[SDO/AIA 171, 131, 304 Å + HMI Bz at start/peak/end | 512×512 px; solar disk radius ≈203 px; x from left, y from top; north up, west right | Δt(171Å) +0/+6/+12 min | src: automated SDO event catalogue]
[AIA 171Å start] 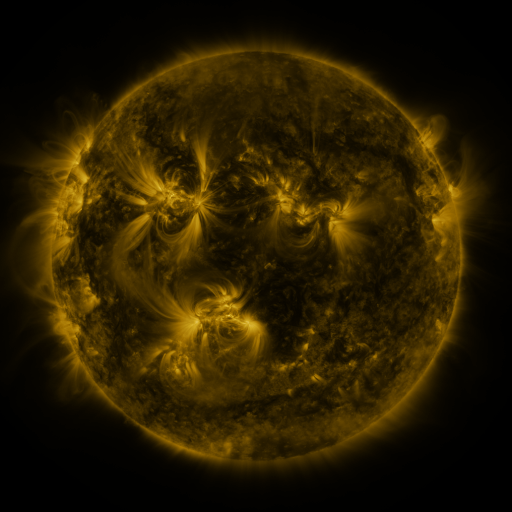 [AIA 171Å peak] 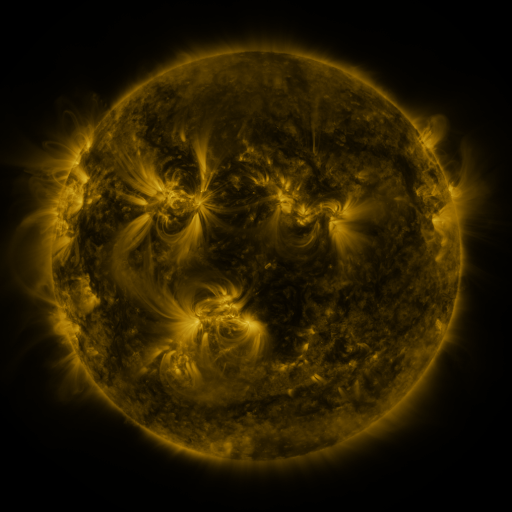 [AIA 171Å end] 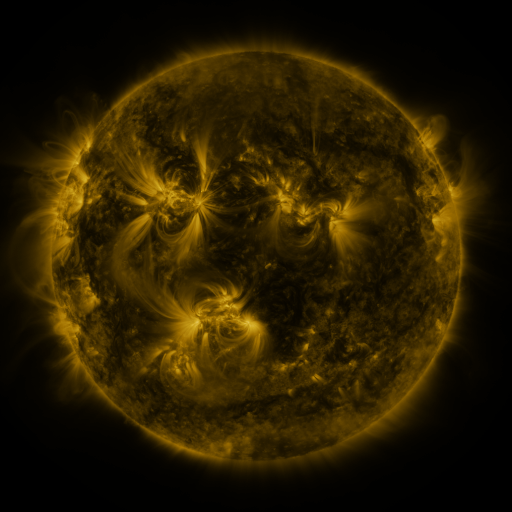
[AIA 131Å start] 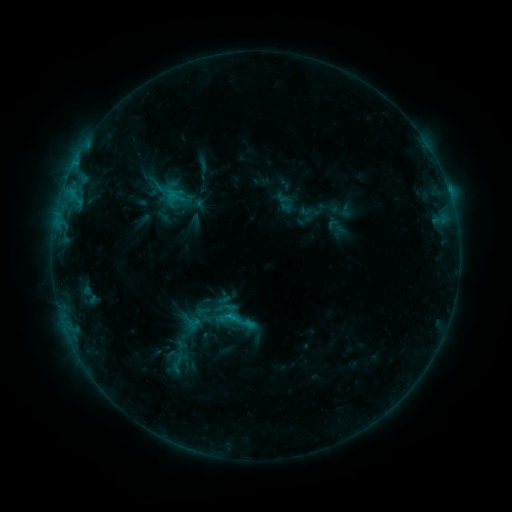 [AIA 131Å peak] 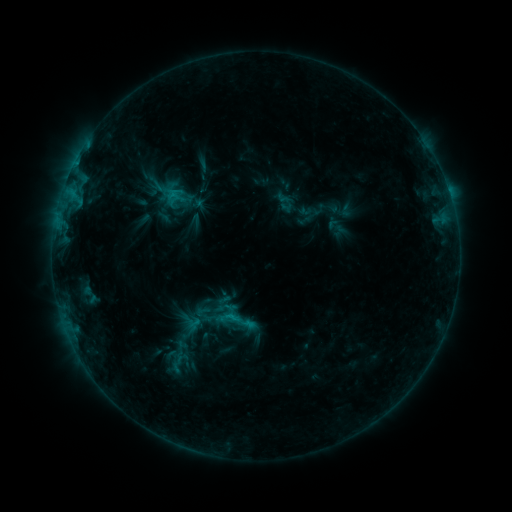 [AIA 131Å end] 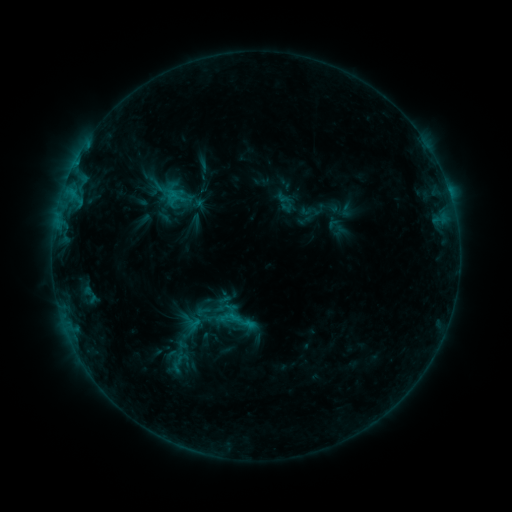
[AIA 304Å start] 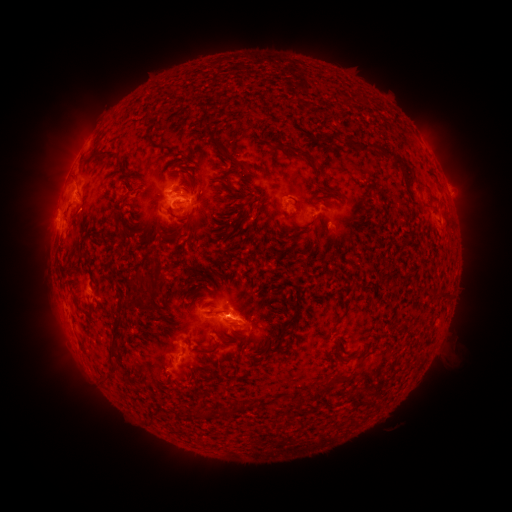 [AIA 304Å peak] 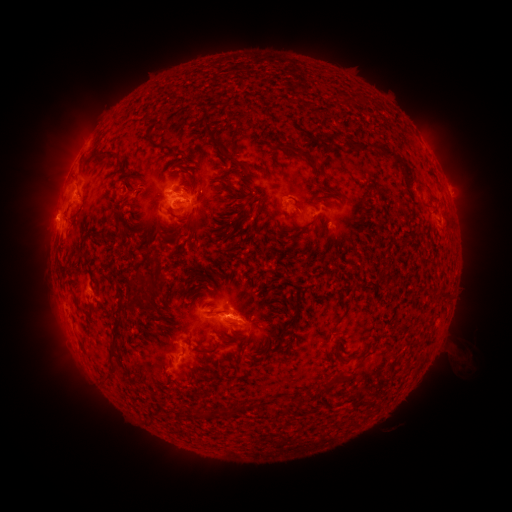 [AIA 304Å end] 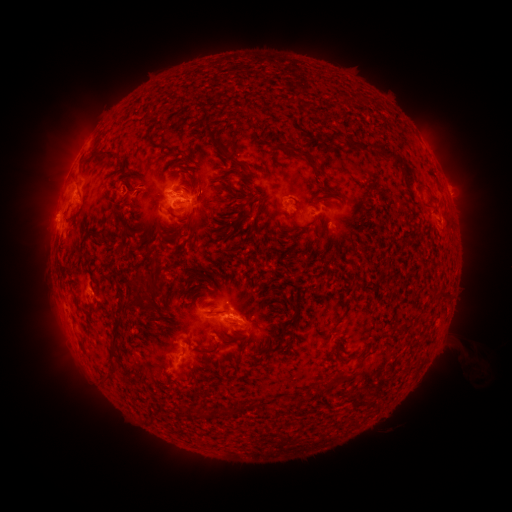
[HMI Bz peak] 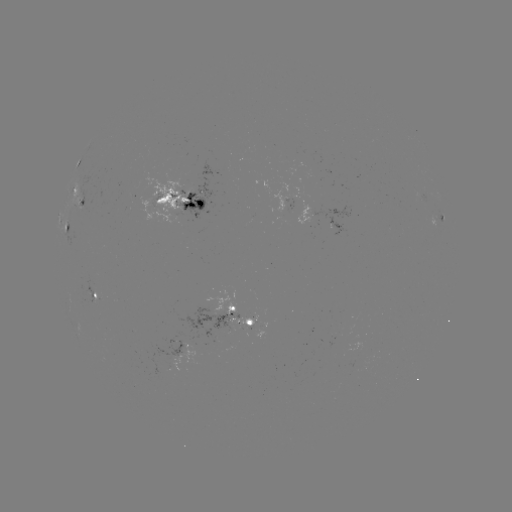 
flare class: B9.8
